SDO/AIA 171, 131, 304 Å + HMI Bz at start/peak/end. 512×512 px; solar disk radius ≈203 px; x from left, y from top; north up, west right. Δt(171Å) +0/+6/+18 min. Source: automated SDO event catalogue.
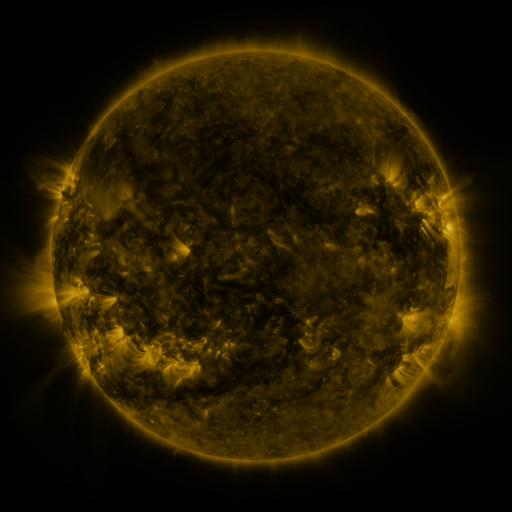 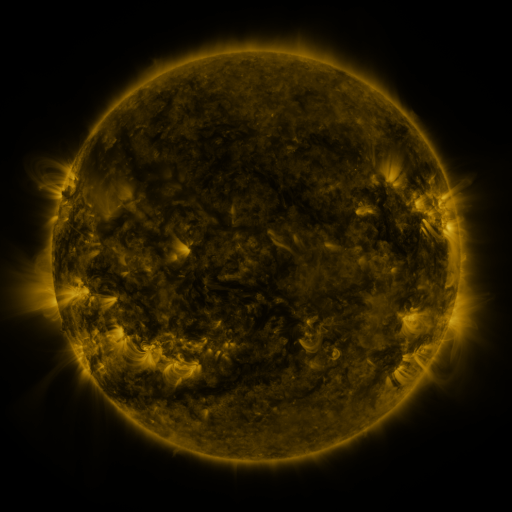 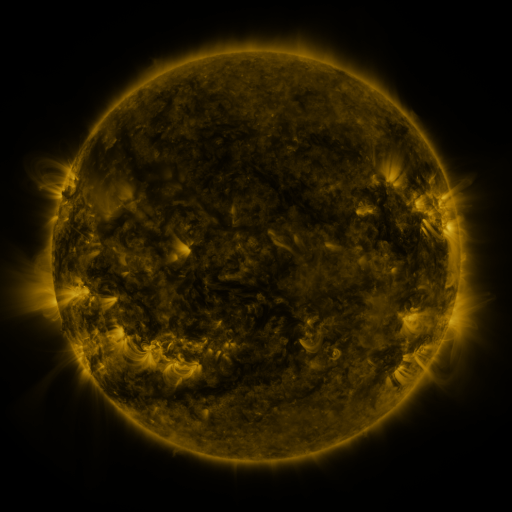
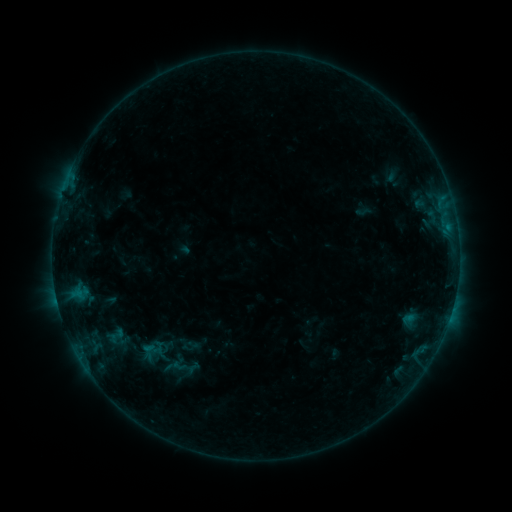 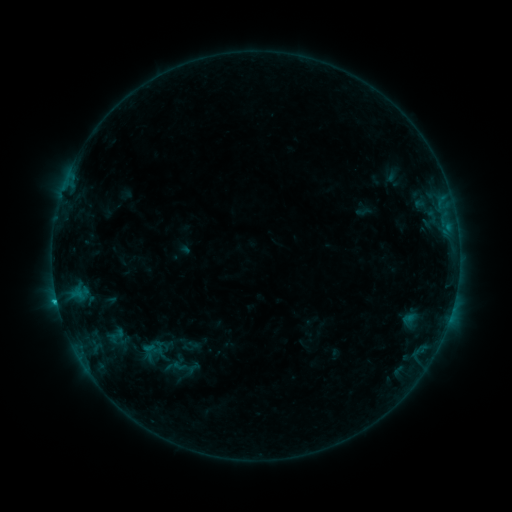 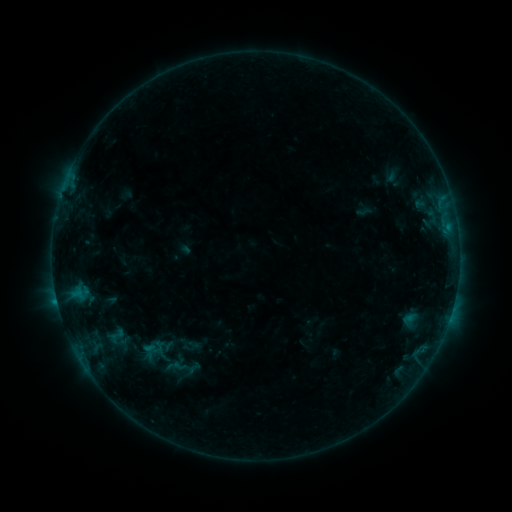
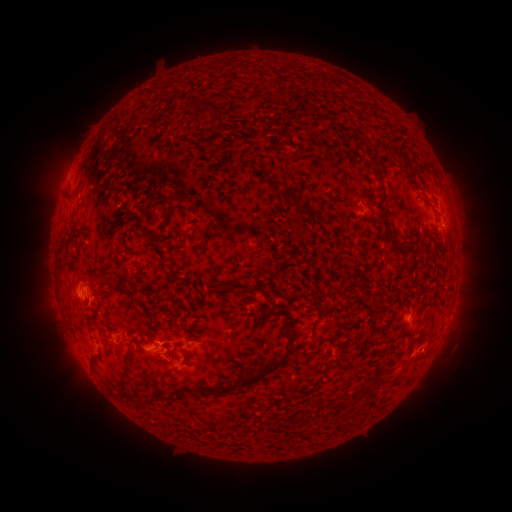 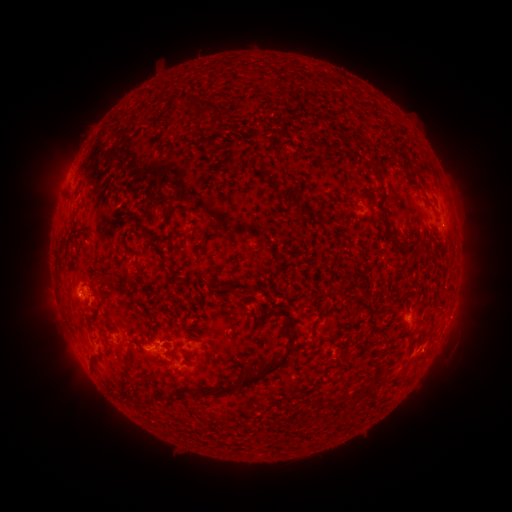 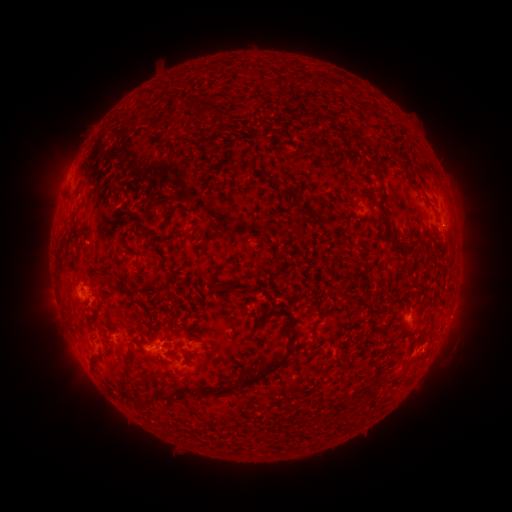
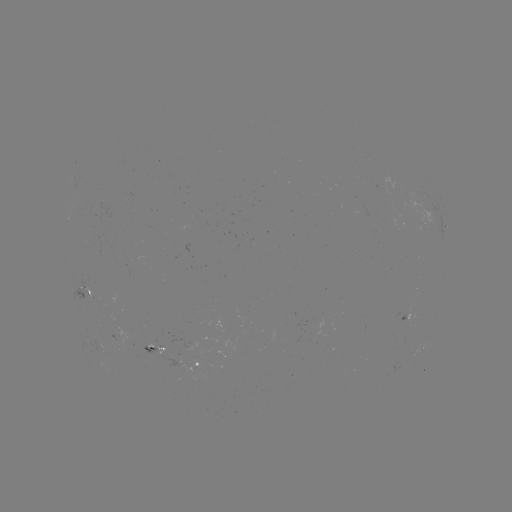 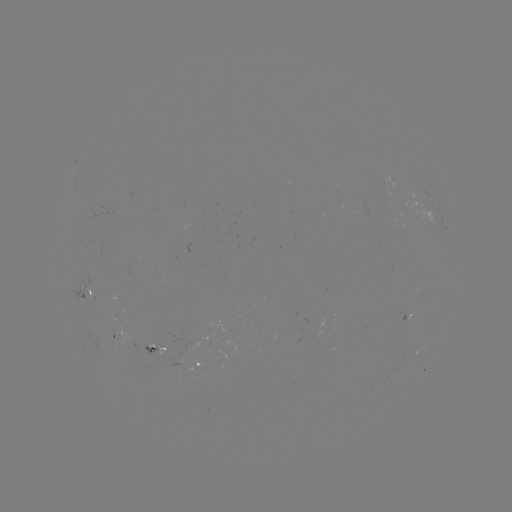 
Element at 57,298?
B7.1 flare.